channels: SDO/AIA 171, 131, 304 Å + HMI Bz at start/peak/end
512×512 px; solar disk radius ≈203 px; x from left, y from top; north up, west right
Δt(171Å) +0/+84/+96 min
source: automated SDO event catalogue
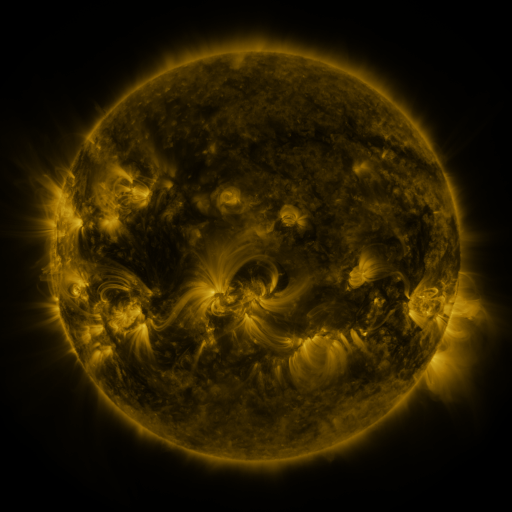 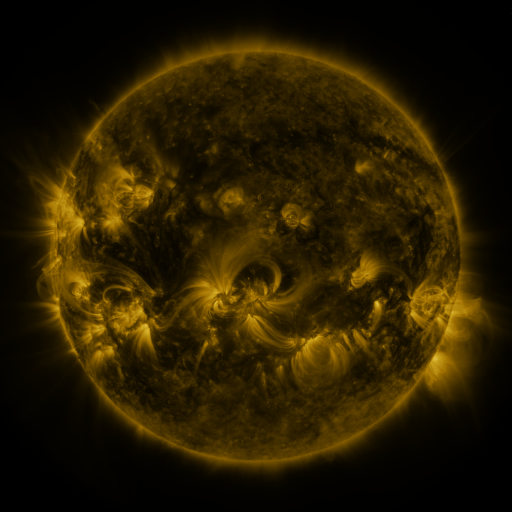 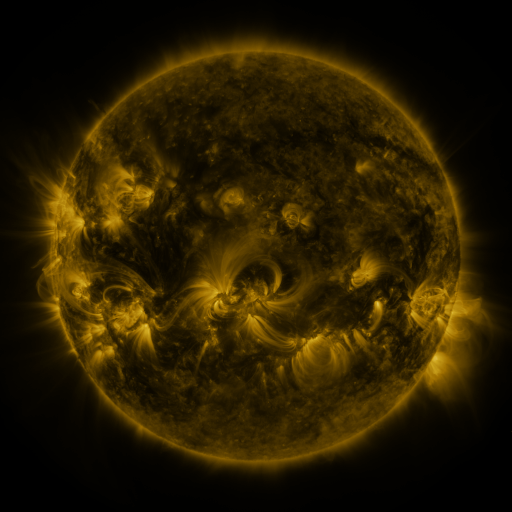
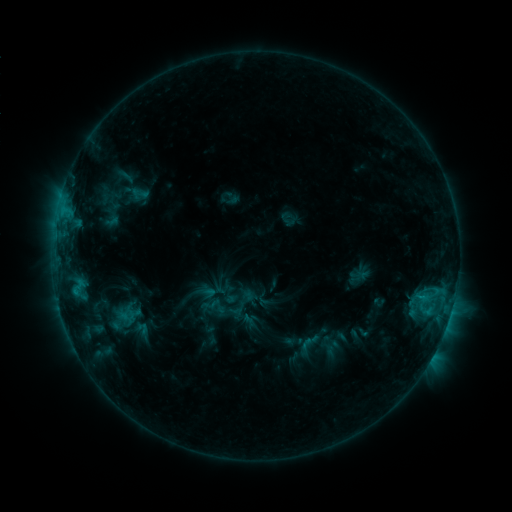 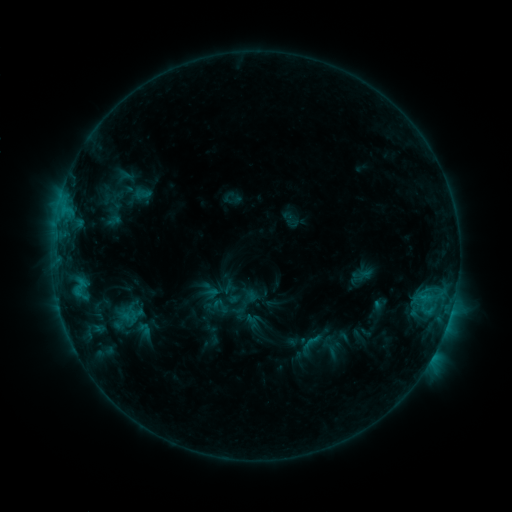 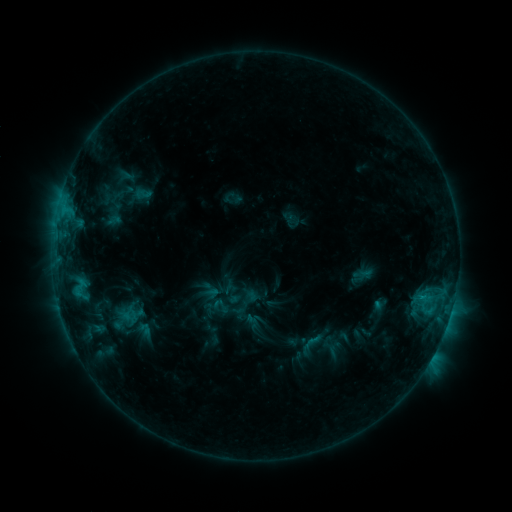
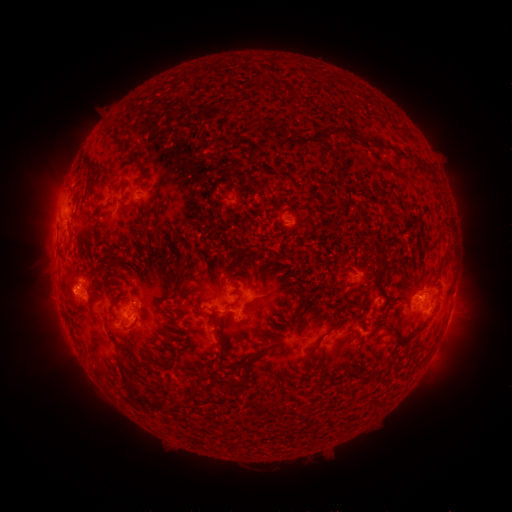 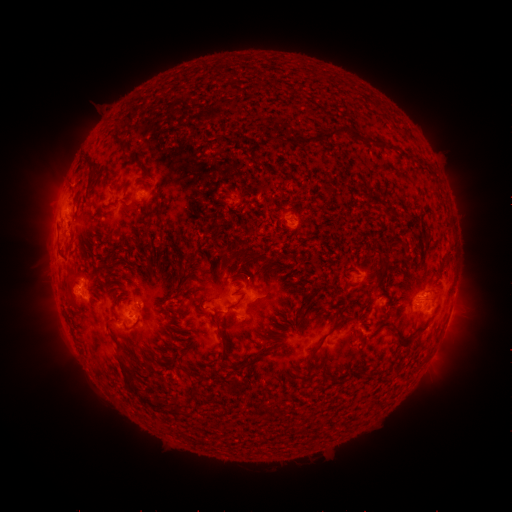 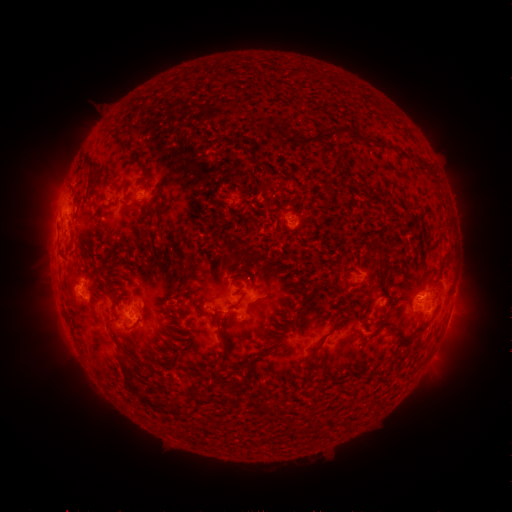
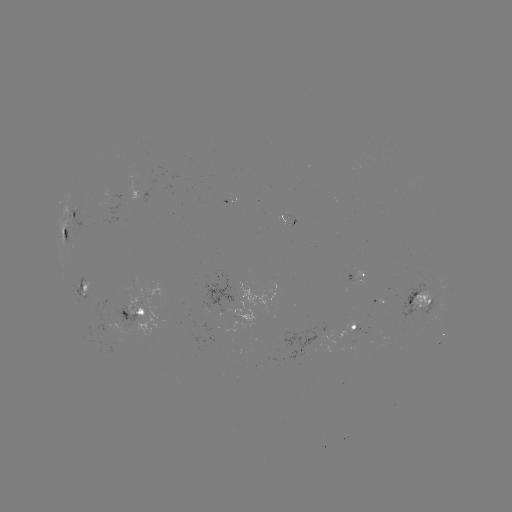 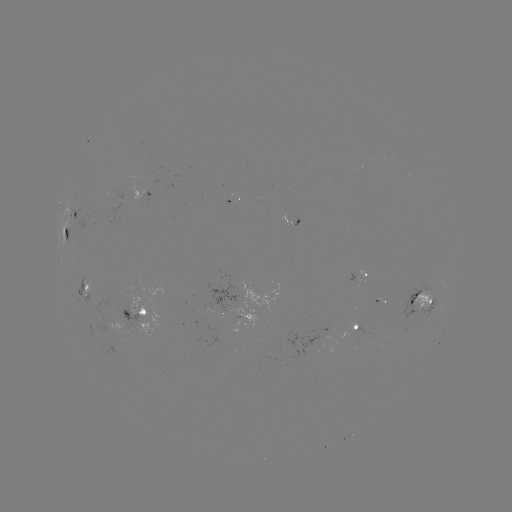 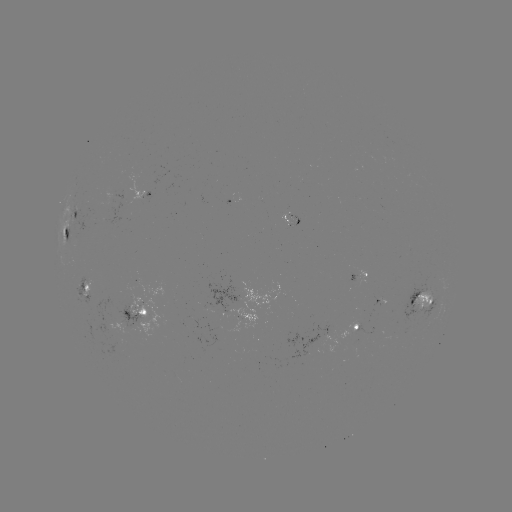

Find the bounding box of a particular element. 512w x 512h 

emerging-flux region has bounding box [347, 321, 358, 333].